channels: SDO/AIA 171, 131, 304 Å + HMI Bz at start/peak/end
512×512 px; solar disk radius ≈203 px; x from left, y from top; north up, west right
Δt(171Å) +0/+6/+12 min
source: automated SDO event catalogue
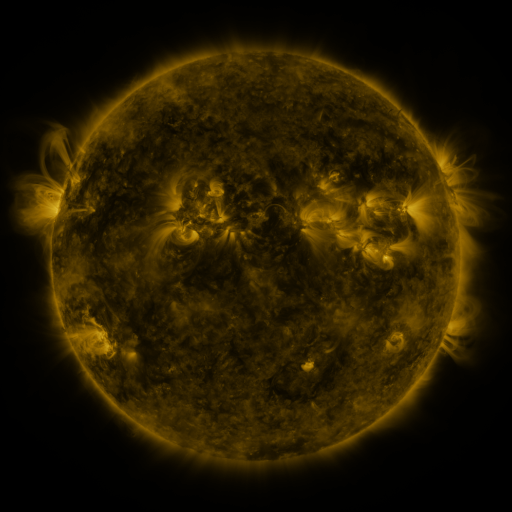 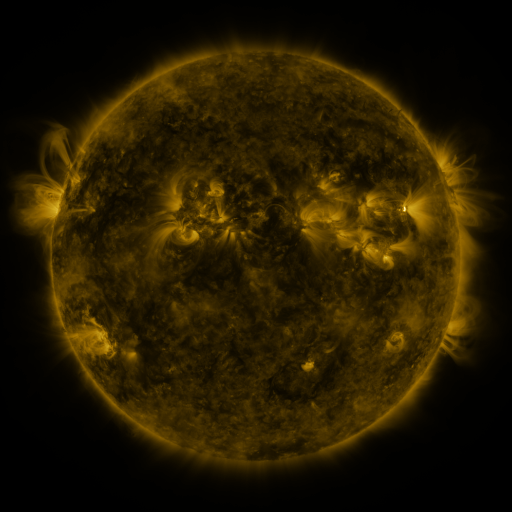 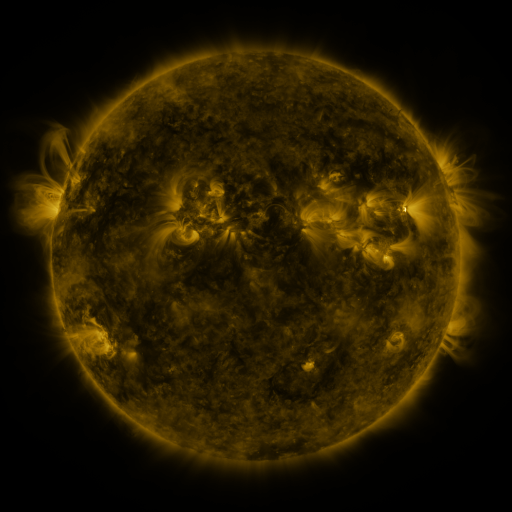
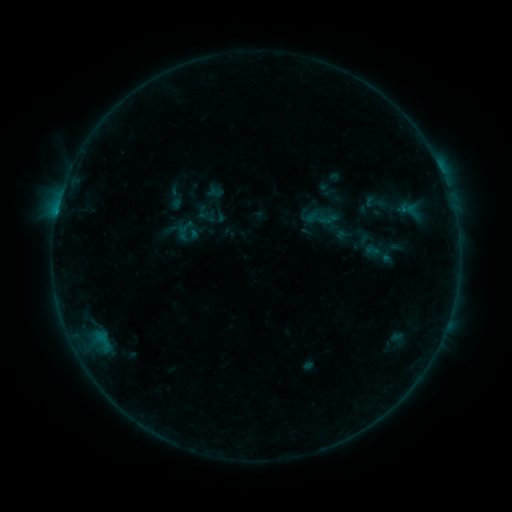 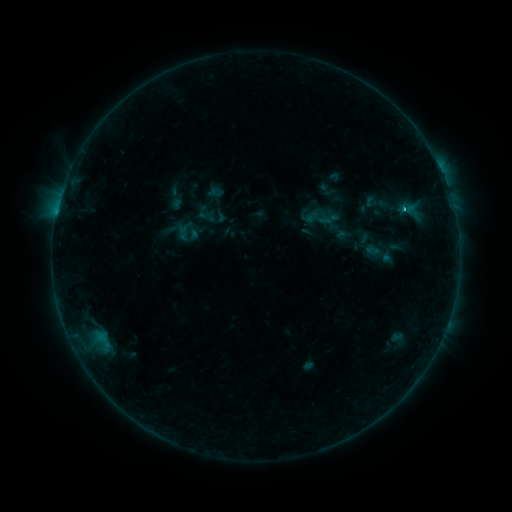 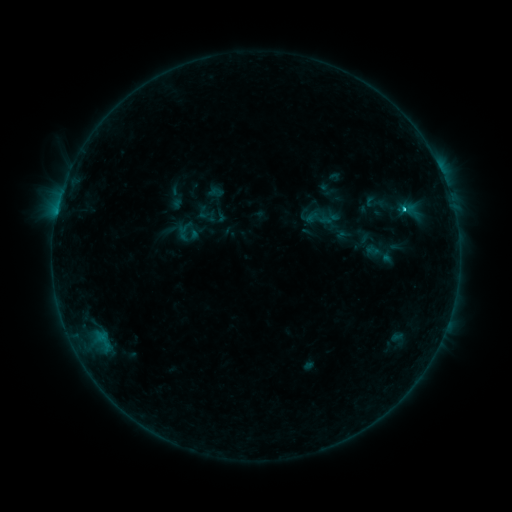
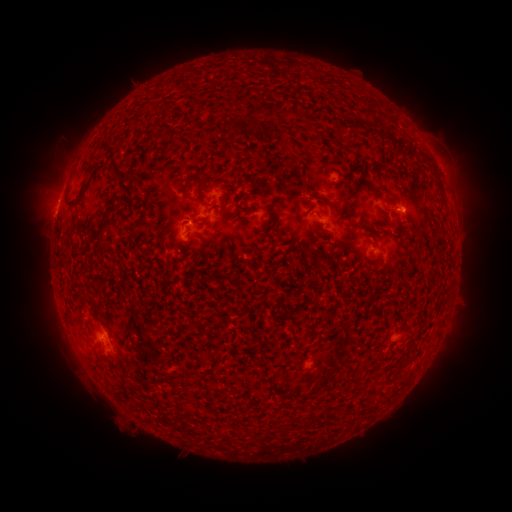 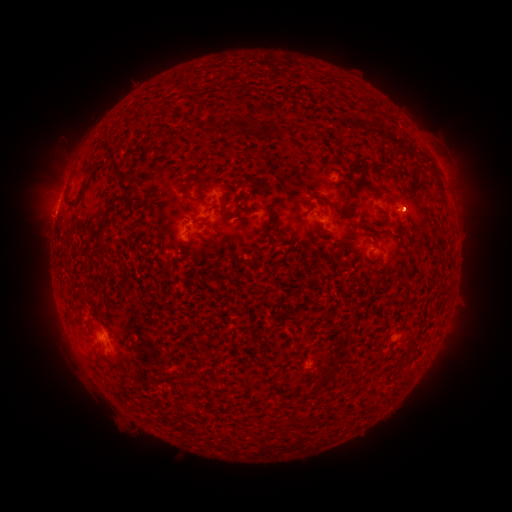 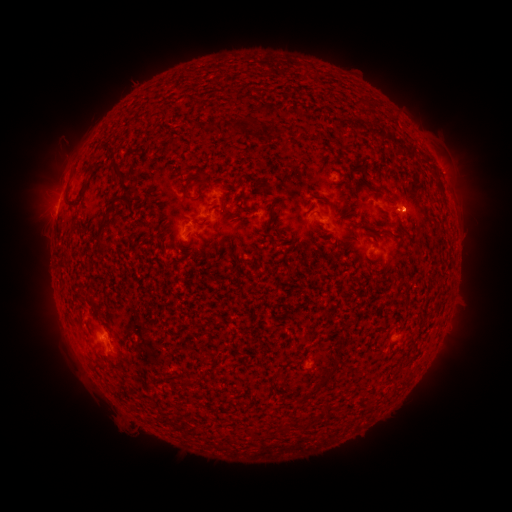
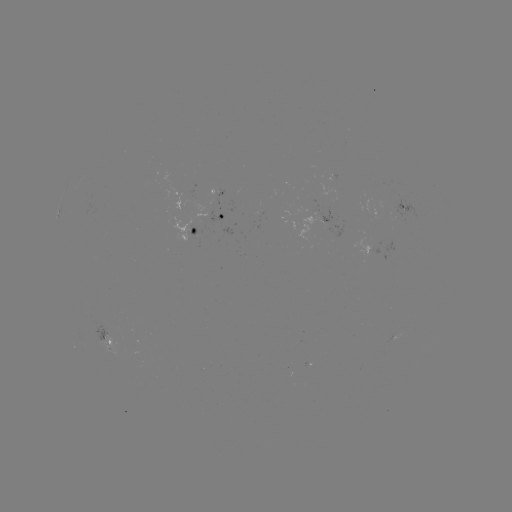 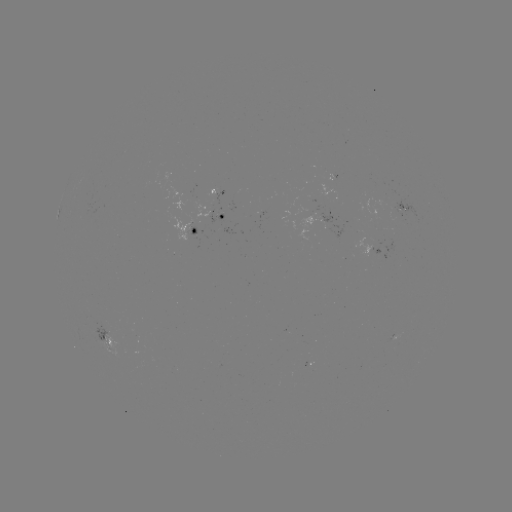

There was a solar flare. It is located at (403, 212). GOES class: C1.1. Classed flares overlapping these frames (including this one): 1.